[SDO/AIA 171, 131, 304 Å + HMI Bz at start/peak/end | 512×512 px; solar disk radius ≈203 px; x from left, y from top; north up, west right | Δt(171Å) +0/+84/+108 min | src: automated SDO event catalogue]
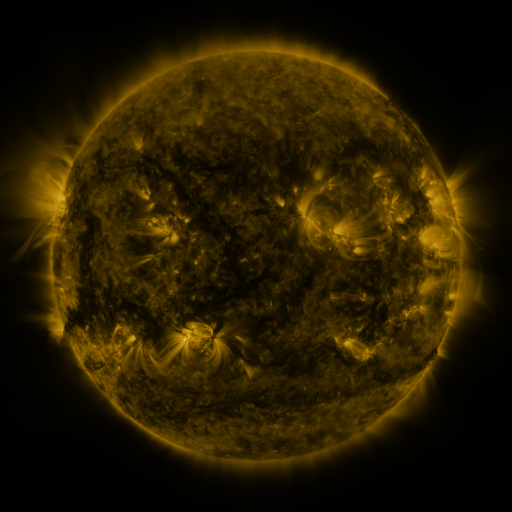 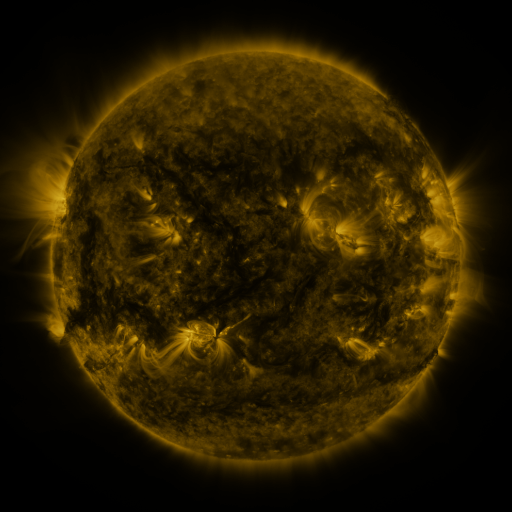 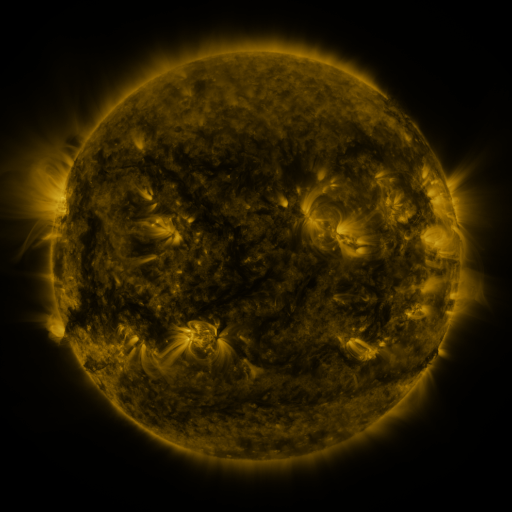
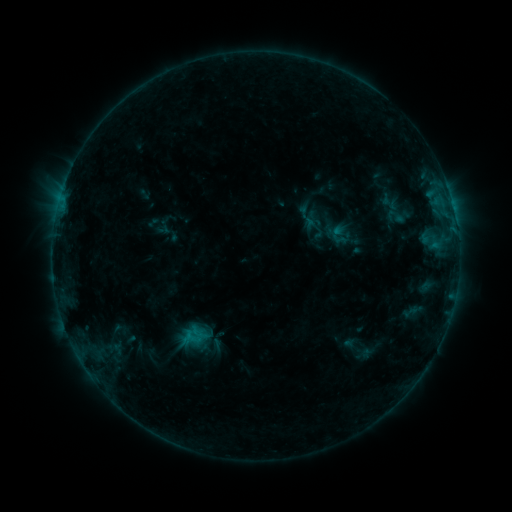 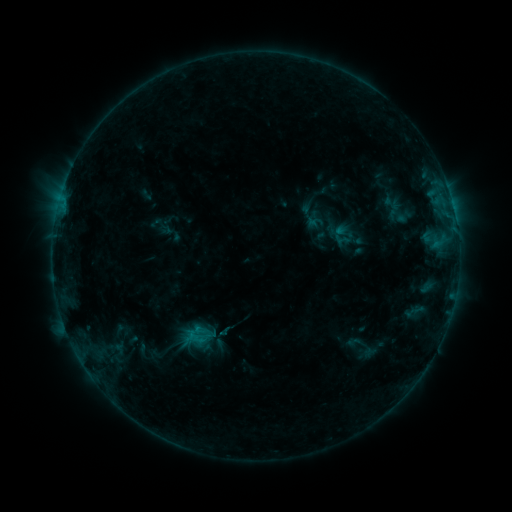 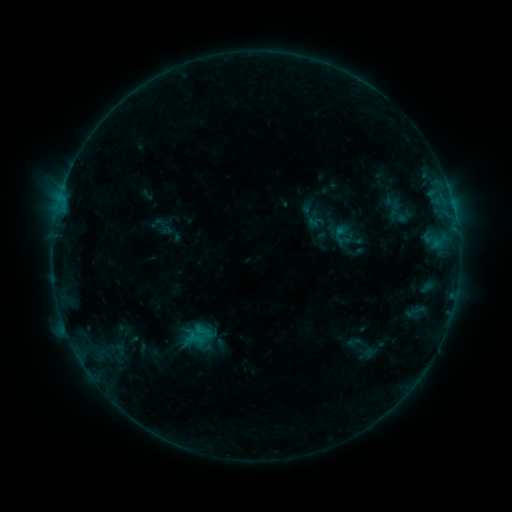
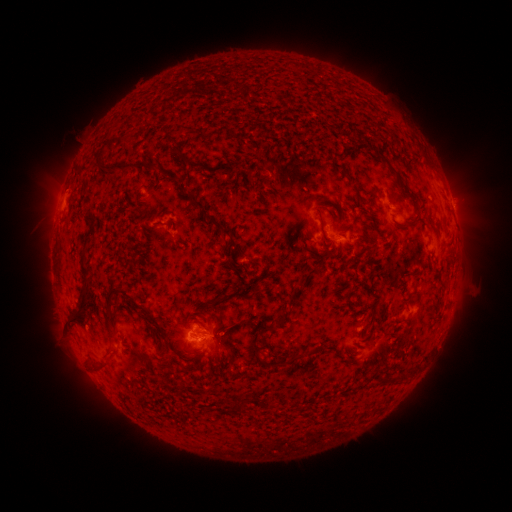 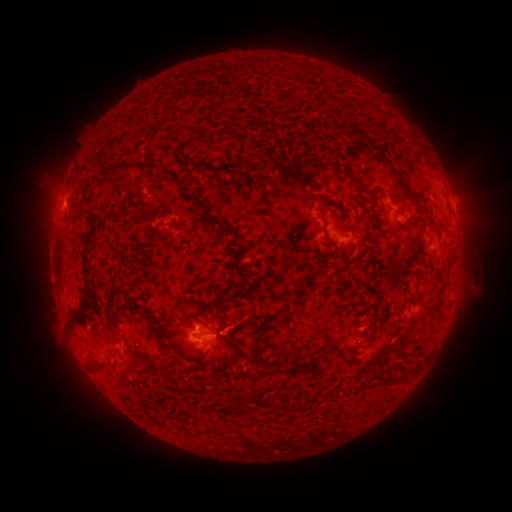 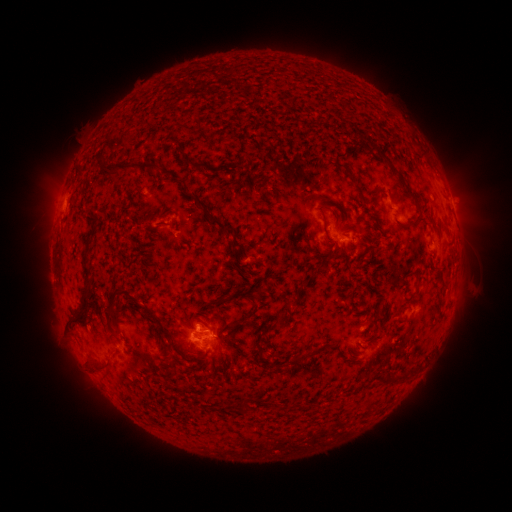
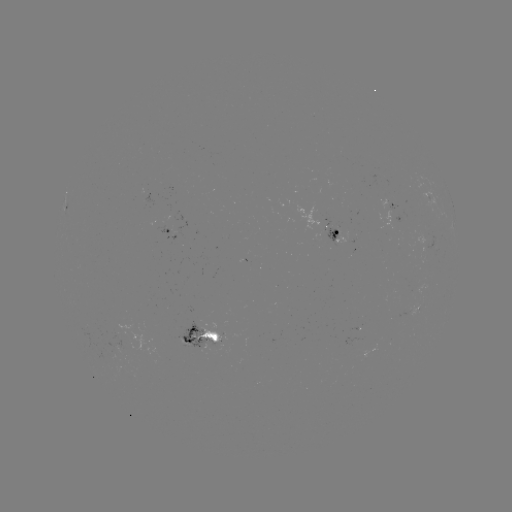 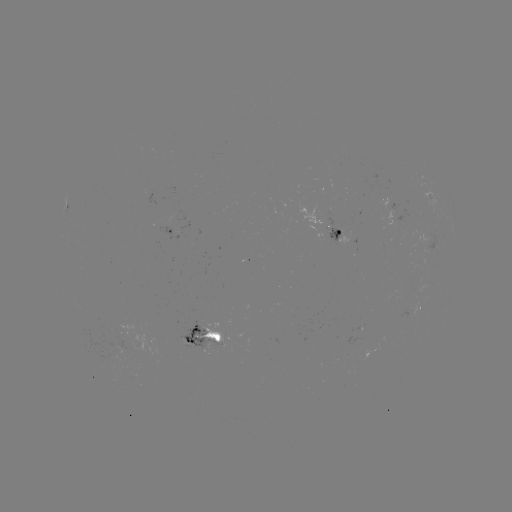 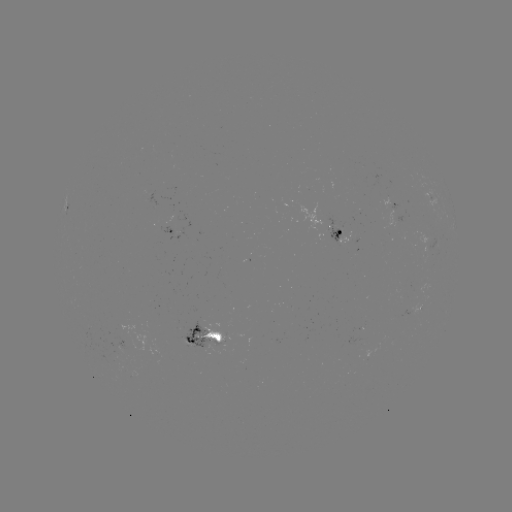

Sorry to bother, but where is emerging-flux region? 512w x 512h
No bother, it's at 355,347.